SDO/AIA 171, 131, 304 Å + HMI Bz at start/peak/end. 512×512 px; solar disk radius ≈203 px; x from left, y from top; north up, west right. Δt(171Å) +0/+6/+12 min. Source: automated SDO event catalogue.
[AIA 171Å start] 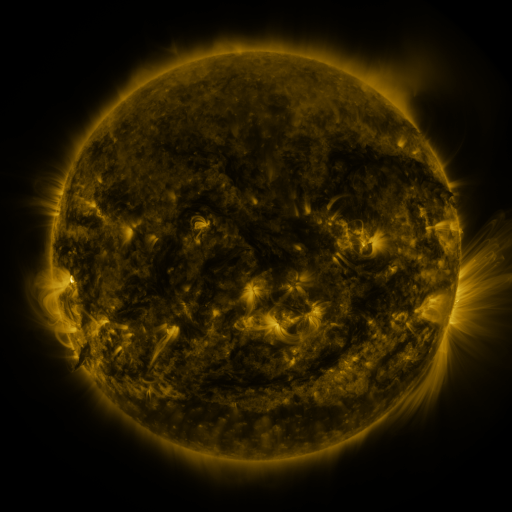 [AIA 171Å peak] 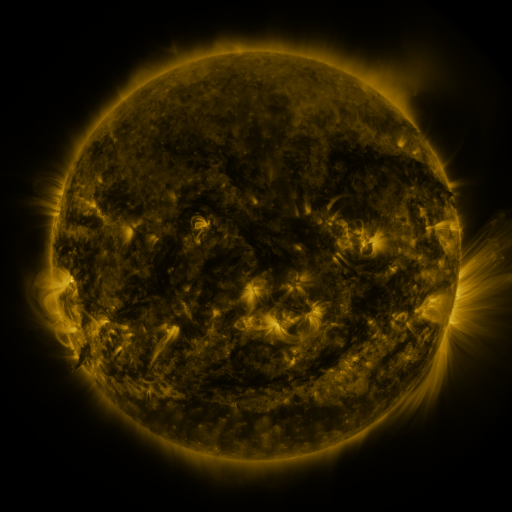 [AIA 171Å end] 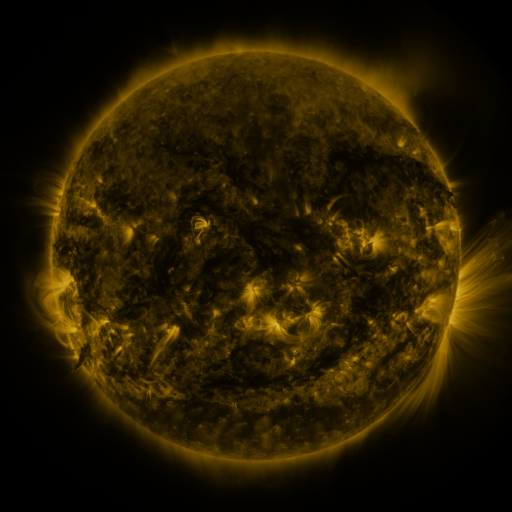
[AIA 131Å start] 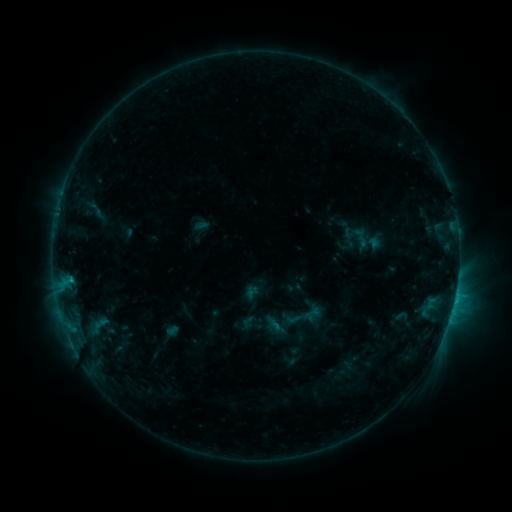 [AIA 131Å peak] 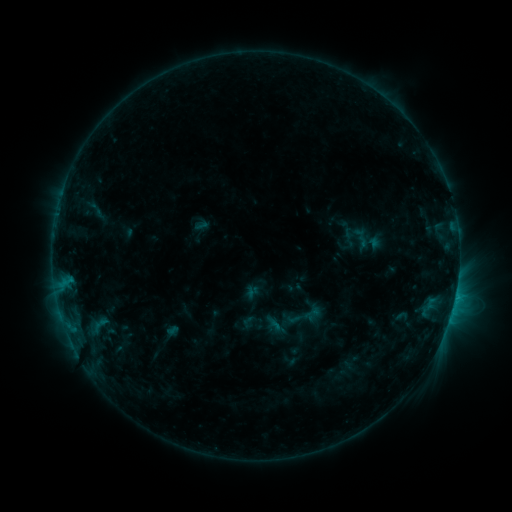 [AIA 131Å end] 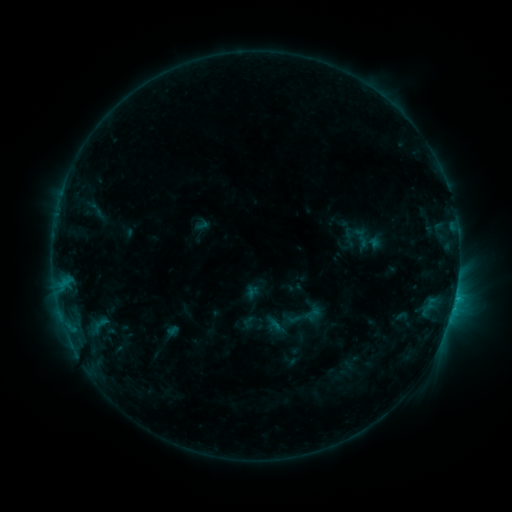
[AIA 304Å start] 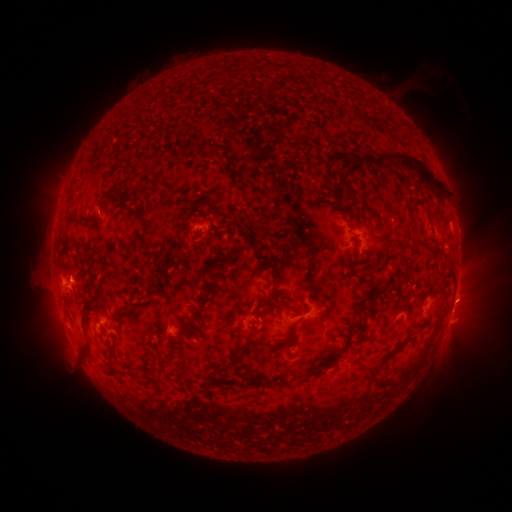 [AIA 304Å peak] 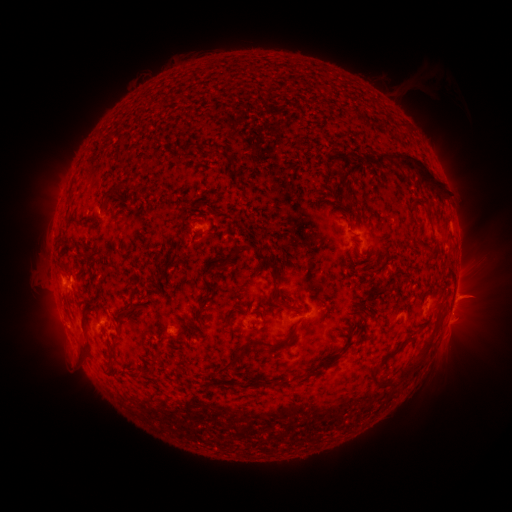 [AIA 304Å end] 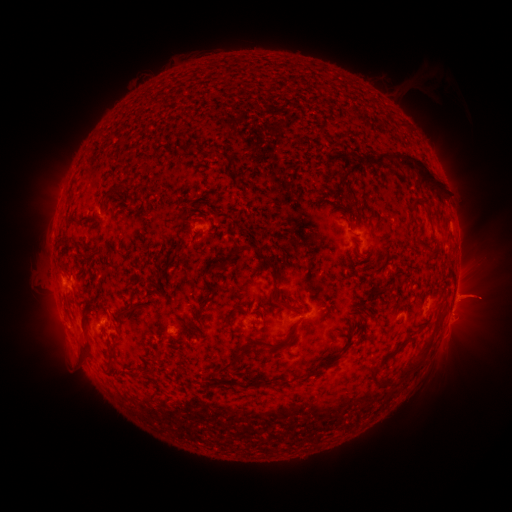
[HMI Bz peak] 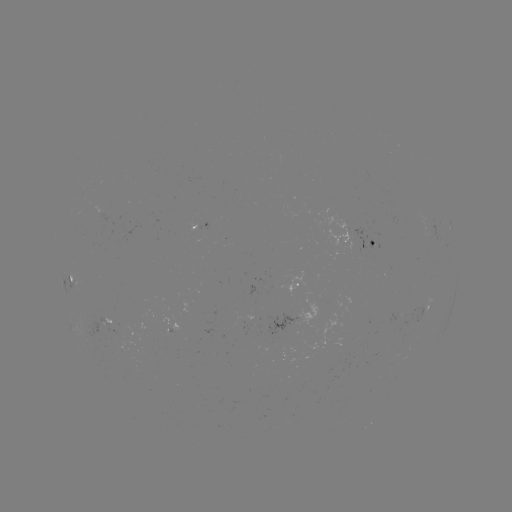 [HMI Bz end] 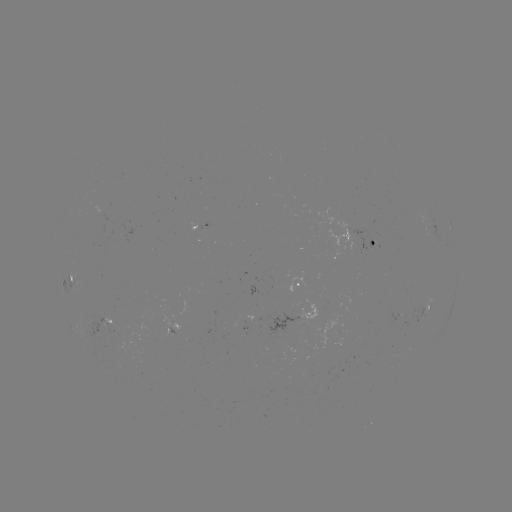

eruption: <bbox>438, 272, 507, 327</bbox>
